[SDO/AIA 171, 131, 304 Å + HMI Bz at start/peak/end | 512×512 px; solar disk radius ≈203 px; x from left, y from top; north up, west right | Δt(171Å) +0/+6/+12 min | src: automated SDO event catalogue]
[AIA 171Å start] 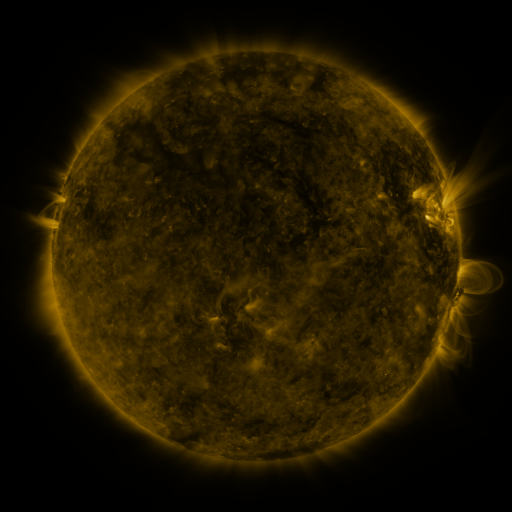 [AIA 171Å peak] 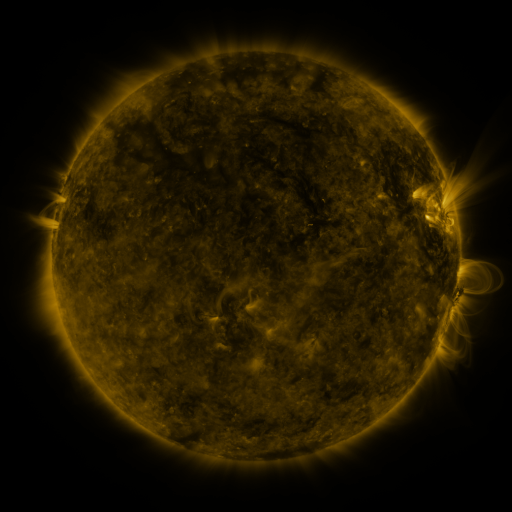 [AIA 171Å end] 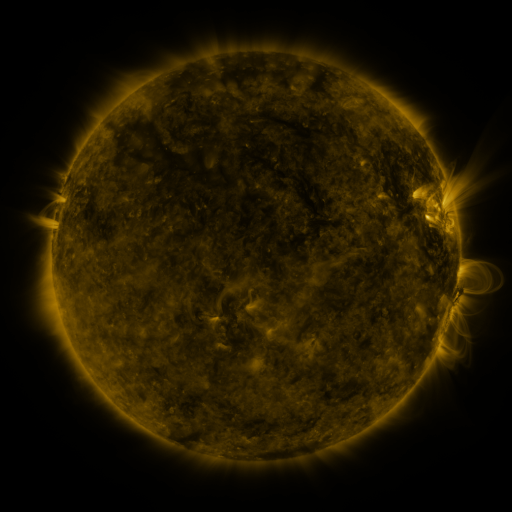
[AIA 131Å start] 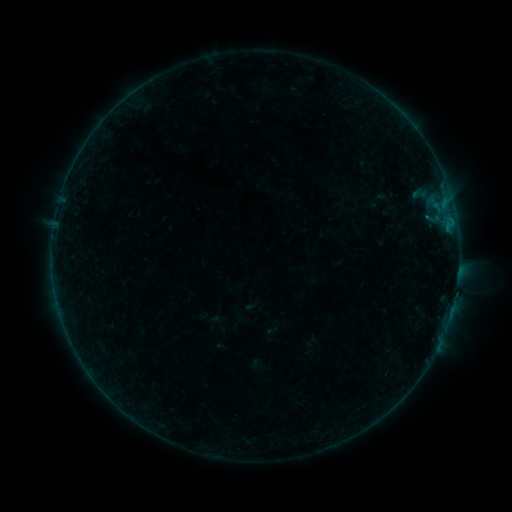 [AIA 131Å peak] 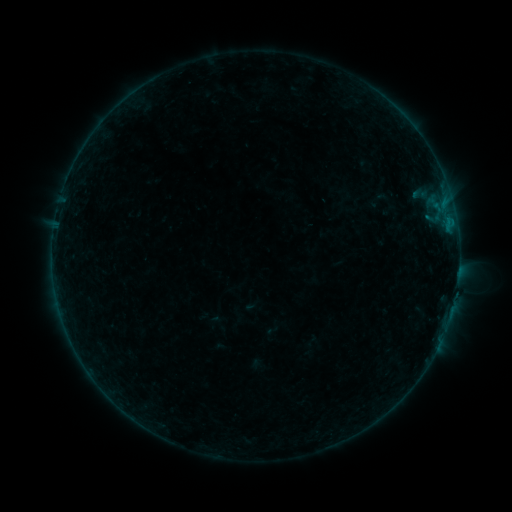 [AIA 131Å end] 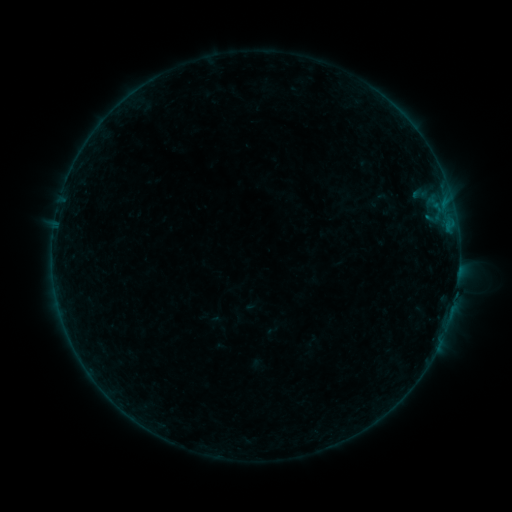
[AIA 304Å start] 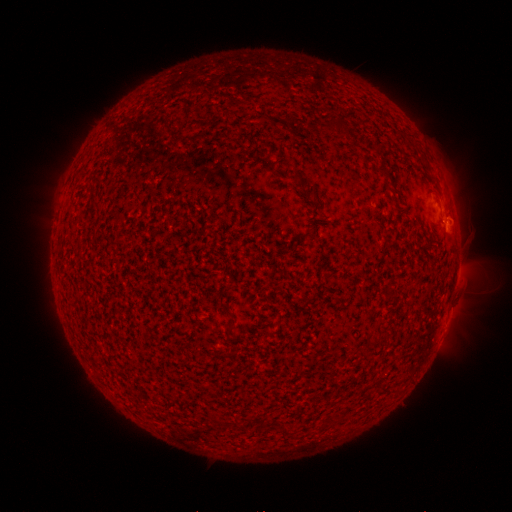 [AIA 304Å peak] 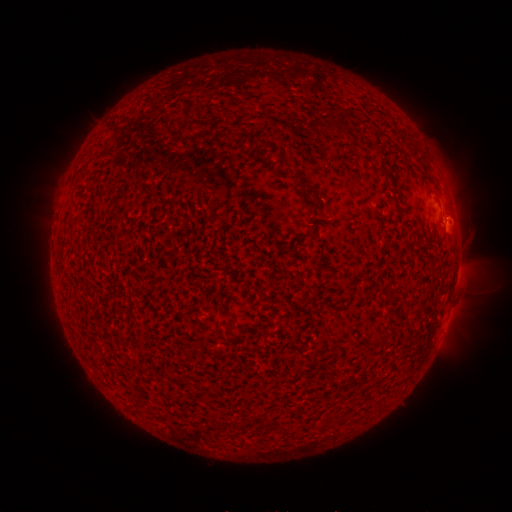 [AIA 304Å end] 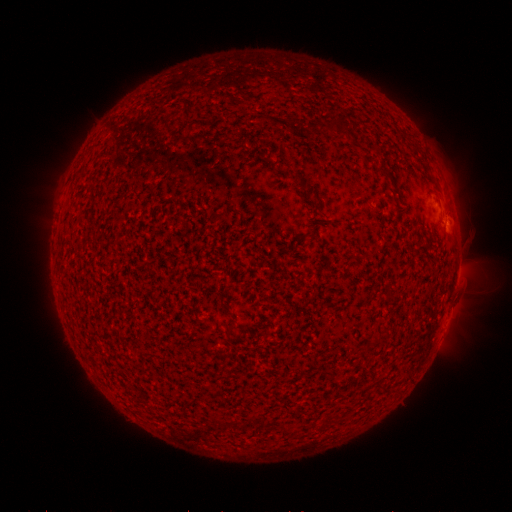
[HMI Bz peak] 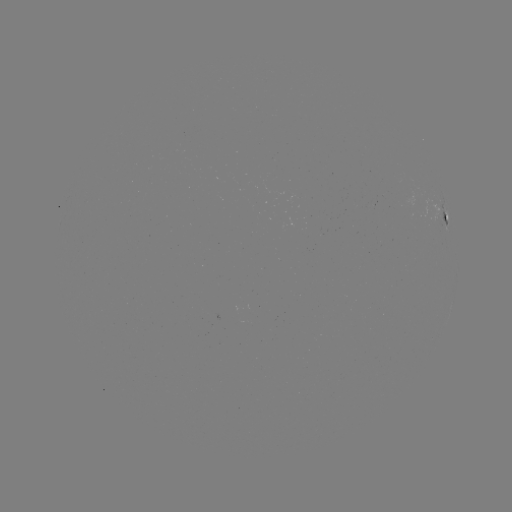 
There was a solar flare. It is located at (447, 223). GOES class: B1.2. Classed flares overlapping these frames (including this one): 2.